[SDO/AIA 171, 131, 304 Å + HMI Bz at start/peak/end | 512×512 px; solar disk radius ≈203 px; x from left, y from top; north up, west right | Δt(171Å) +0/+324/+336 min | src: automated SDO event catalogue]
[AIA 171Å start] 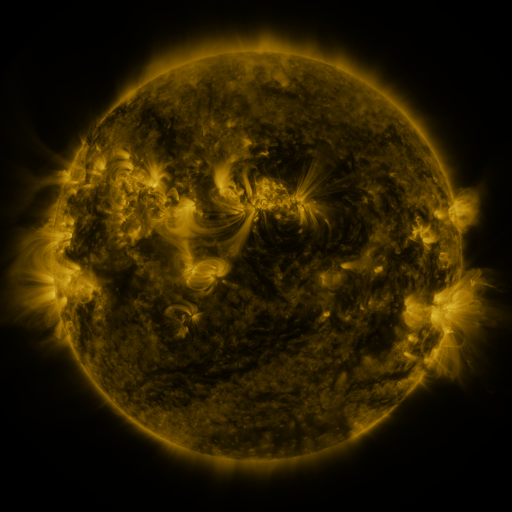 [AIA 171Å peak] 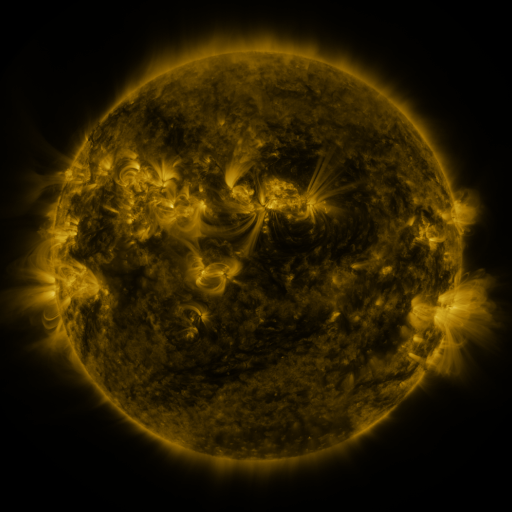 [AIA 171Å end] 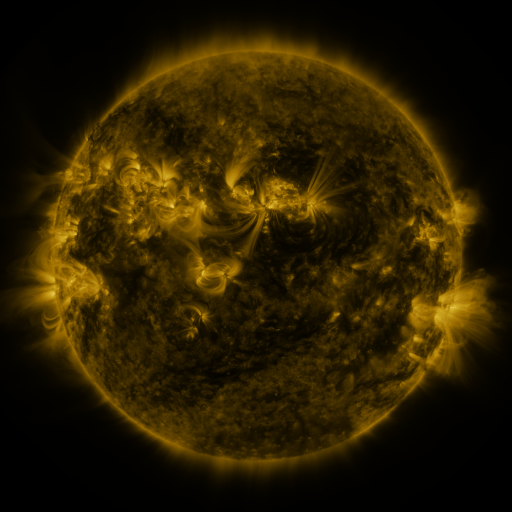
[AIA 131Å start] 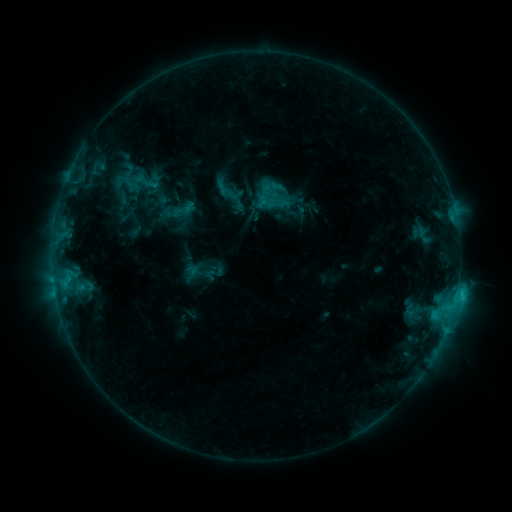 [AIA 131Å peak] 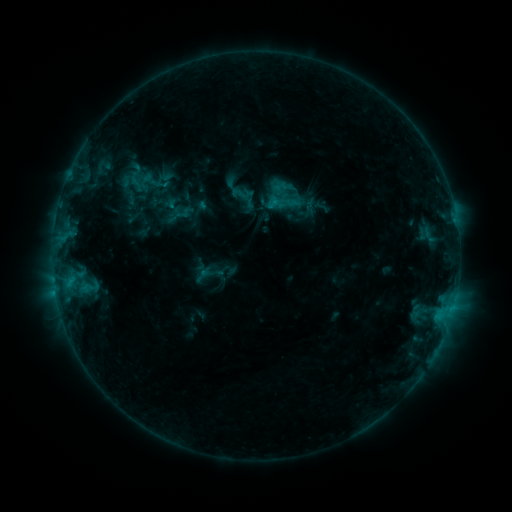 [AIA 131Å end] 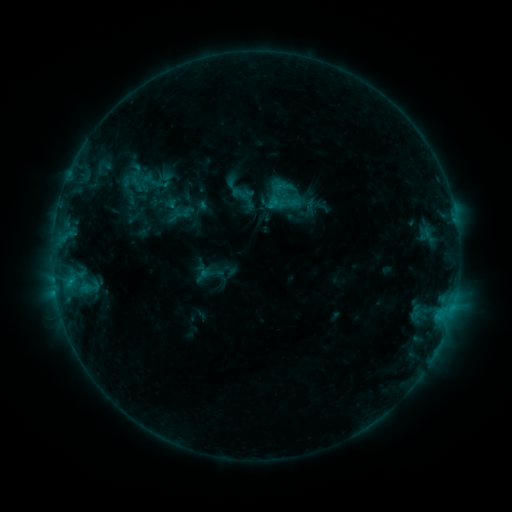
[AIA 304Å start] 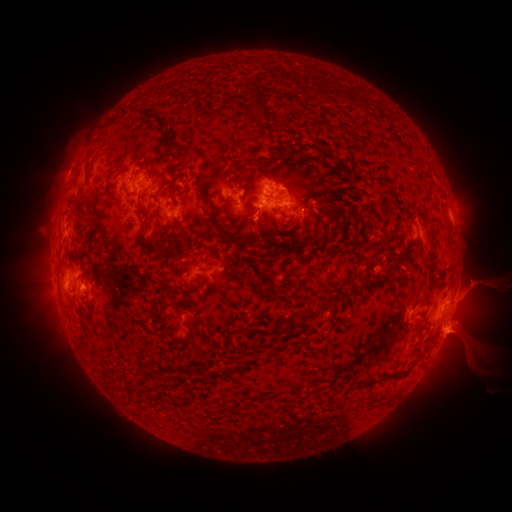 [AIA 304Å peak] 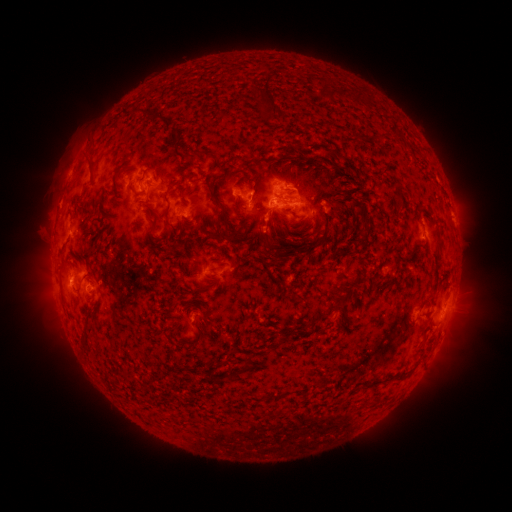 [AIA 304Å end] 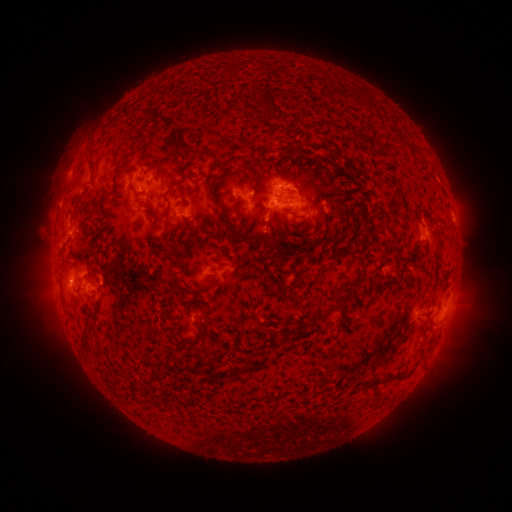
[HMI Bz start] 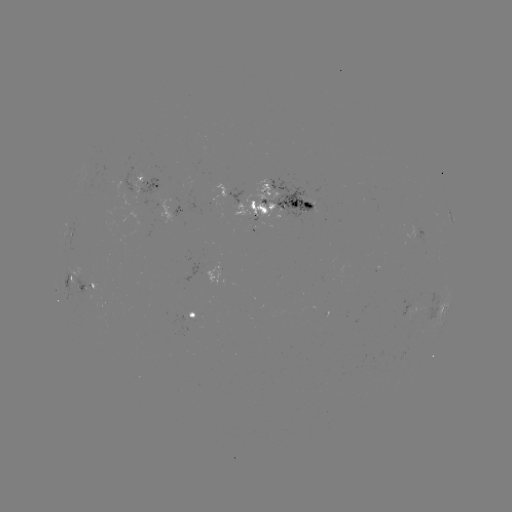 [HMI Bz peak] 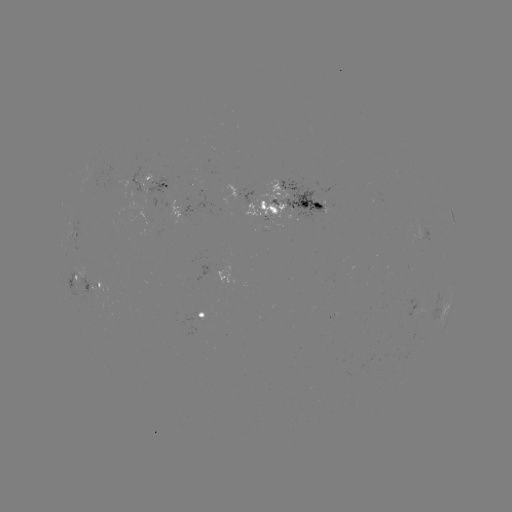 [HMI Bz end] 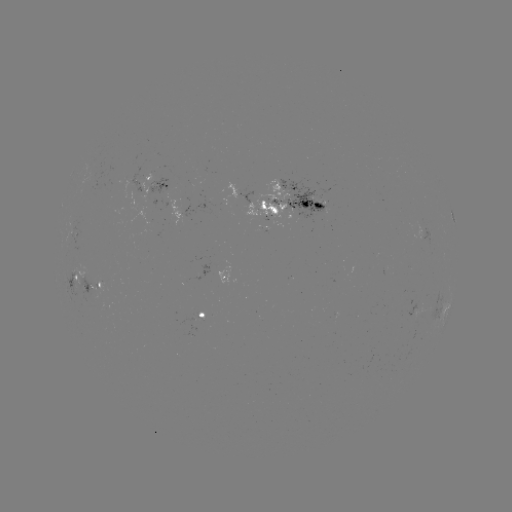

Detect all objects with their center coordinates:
emerging-flux region: (311, 201)
